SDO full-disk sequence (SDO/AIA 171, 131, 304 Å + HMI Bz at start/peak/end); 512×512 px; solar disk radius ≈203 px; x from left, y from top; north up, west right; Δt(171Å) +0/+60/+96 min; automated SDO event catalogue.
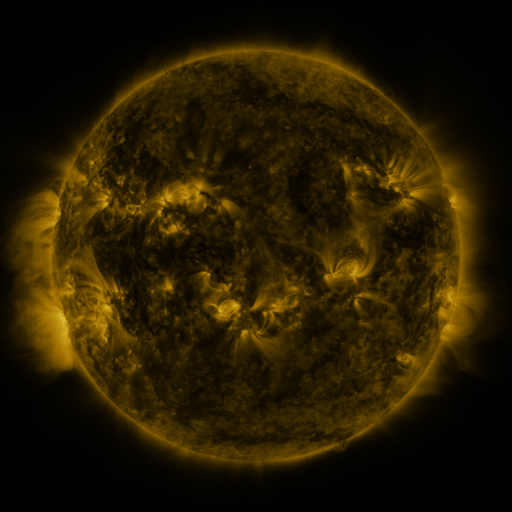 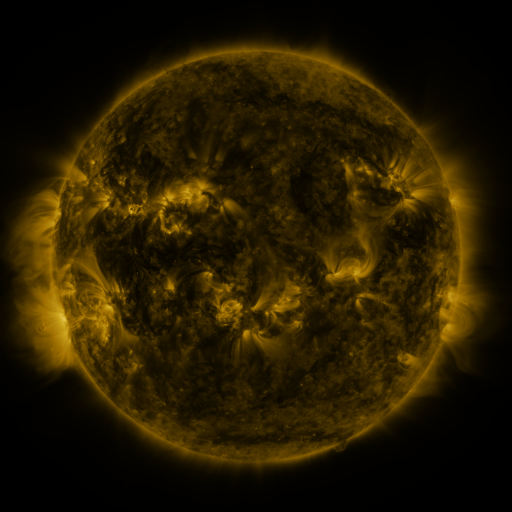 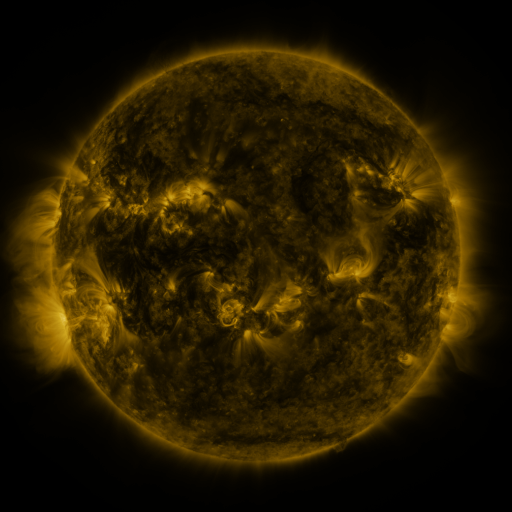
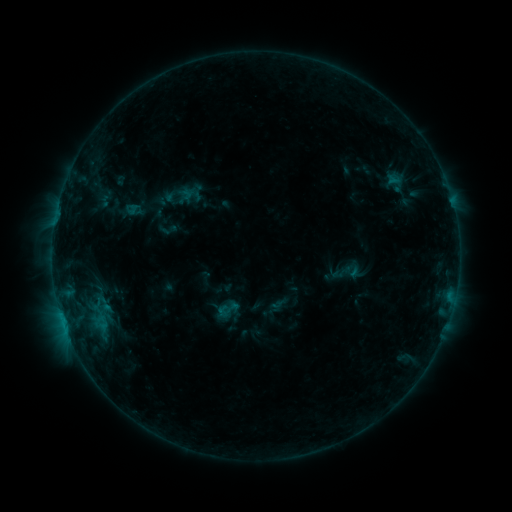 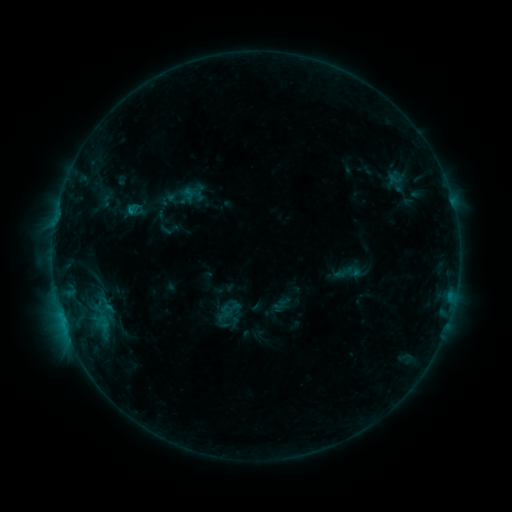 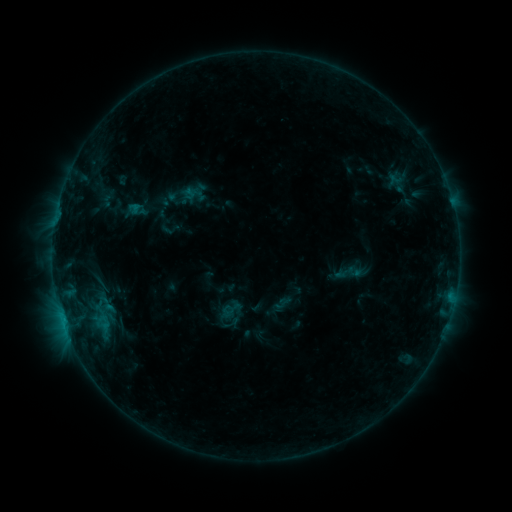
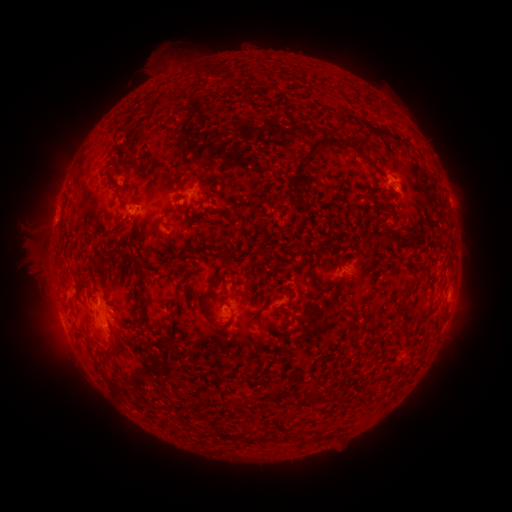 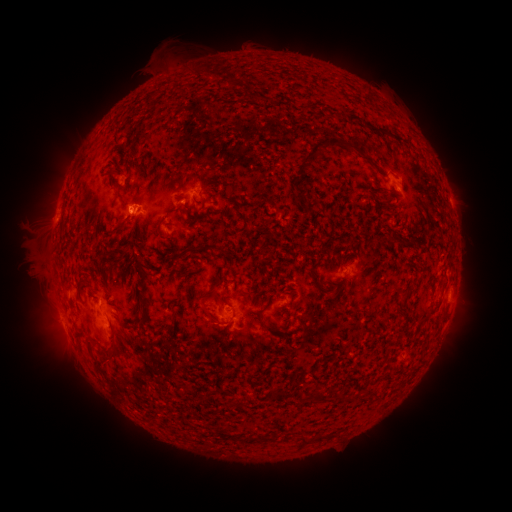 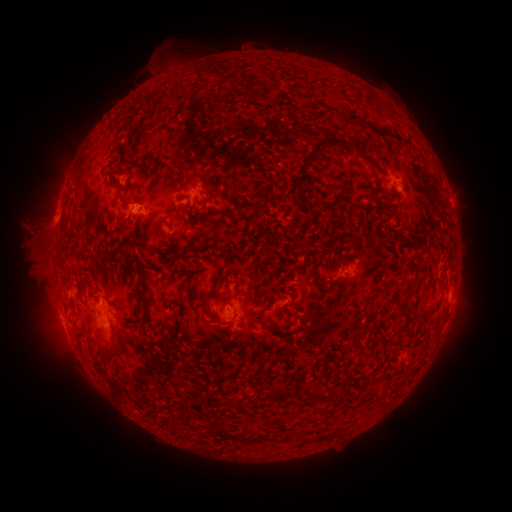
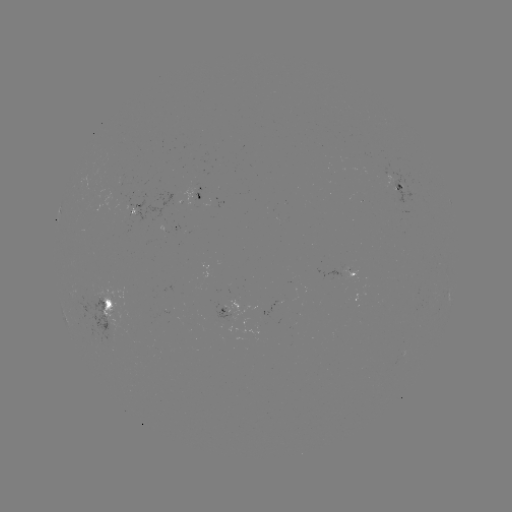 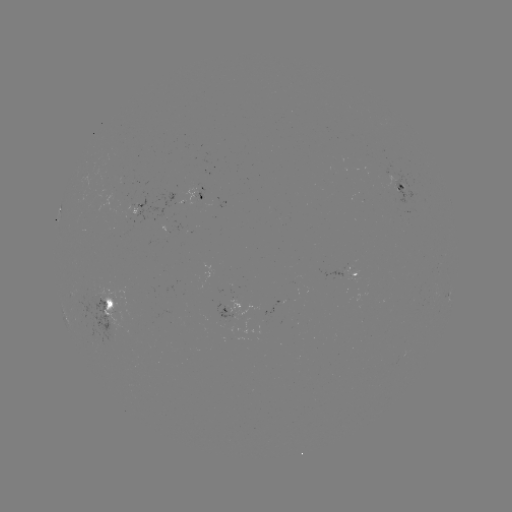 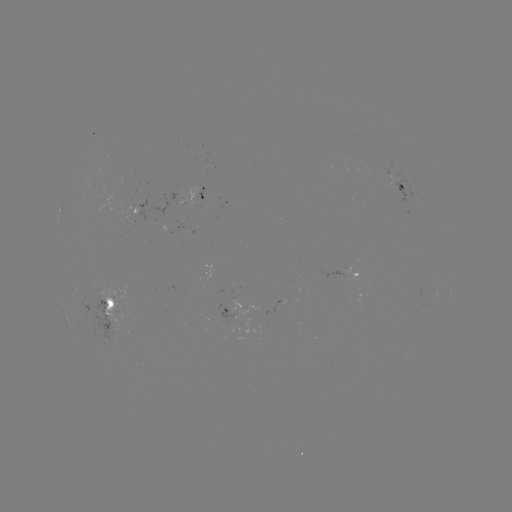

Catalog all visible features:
emerging-flux region: (129, 202)
